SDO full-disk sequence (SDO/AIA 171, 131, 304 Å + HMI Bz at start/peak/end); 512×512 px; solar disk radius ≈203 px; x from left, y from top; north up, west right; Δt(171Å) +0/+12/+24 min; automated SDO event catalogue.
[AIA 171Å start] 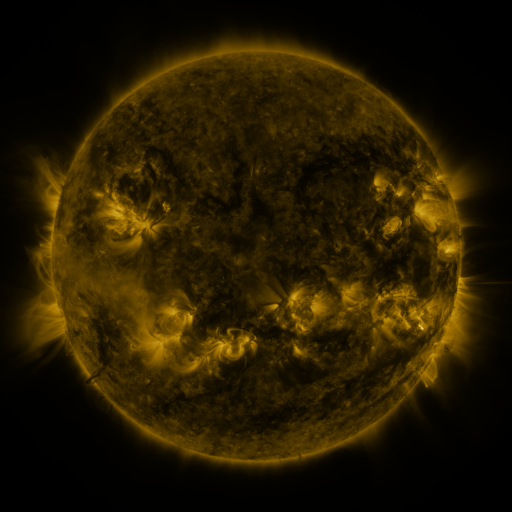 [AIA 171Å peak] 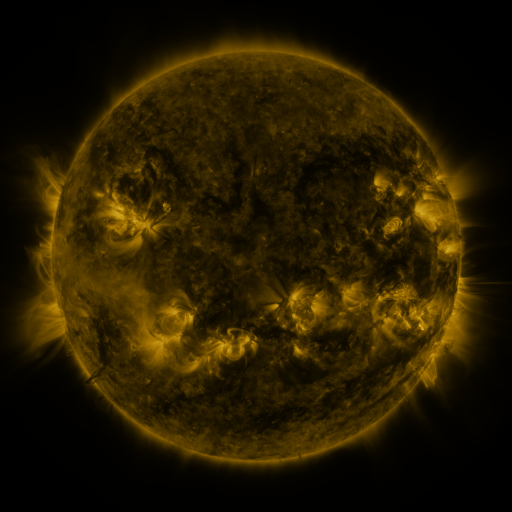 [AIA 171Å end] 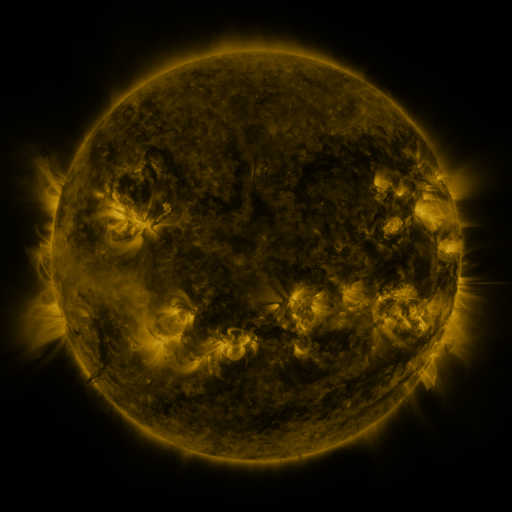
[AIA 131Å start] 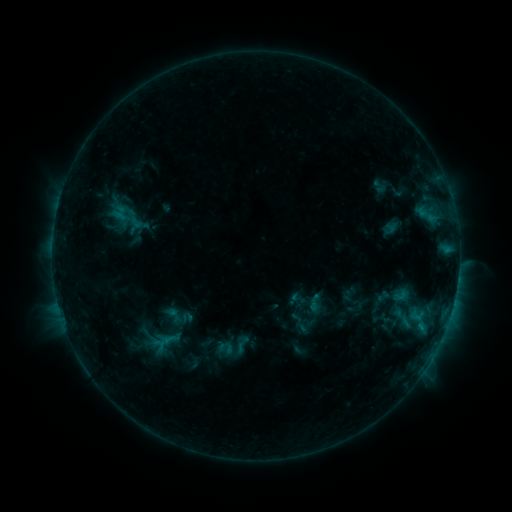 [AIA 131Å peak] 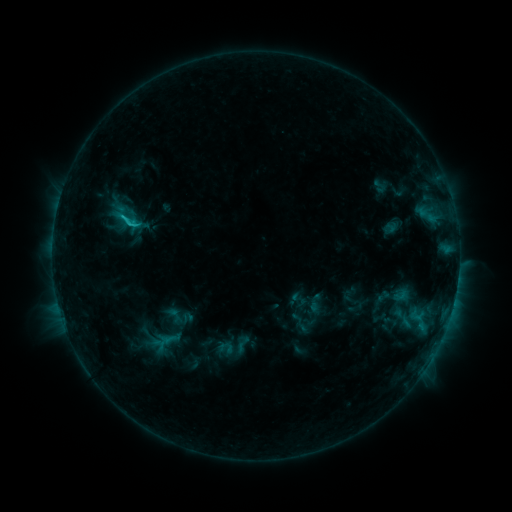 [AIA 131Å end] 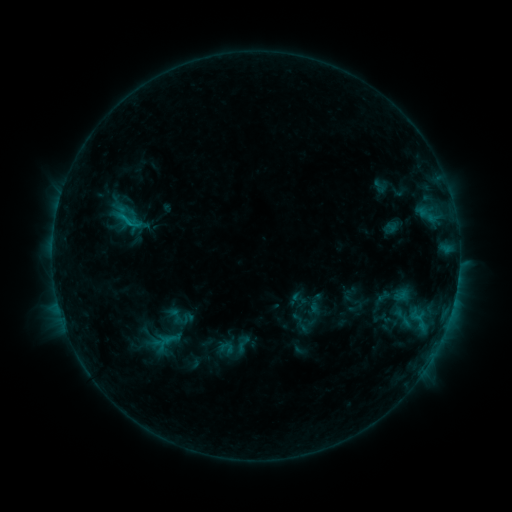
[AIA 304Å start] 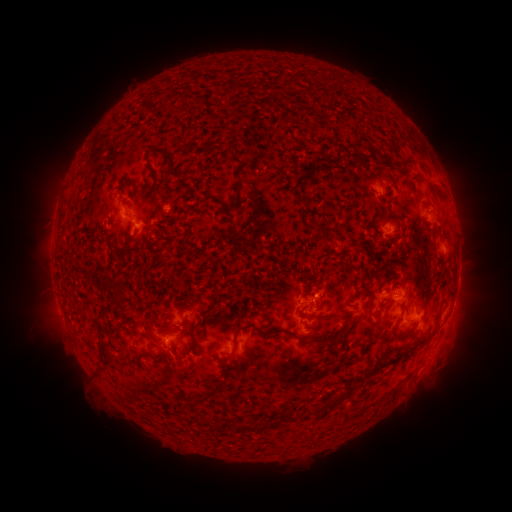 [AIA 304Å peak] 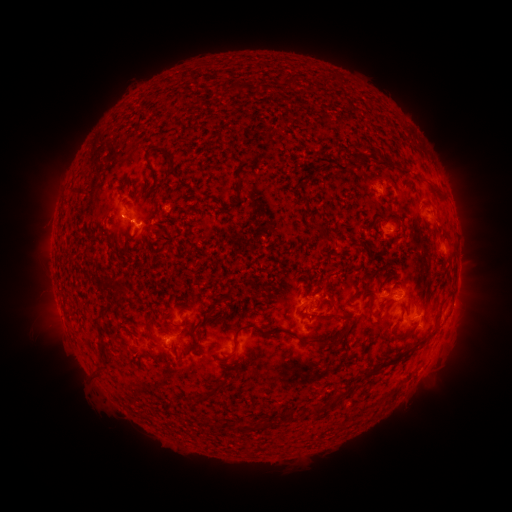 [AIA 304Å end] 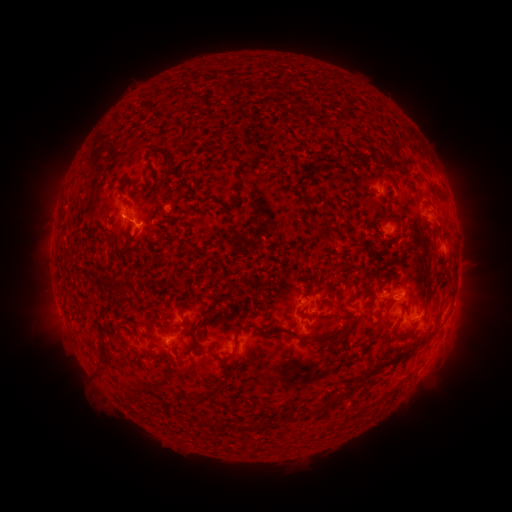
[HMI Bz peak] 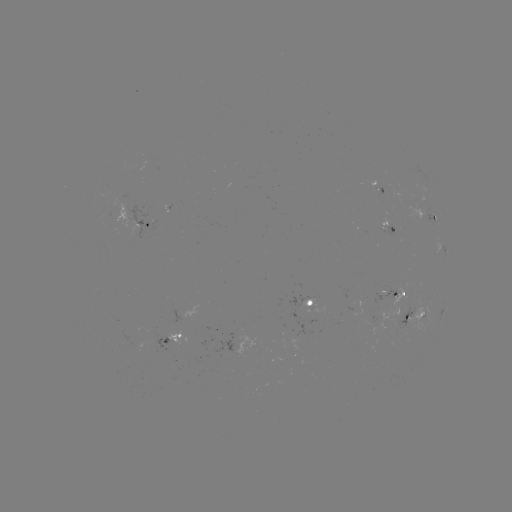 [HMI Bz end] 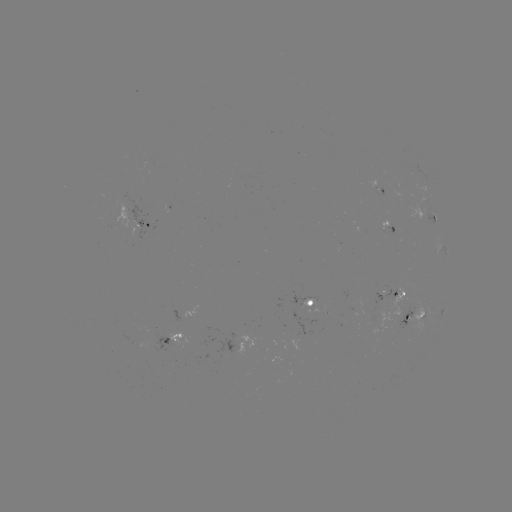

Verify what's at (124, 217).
C1.4 flare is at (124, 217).